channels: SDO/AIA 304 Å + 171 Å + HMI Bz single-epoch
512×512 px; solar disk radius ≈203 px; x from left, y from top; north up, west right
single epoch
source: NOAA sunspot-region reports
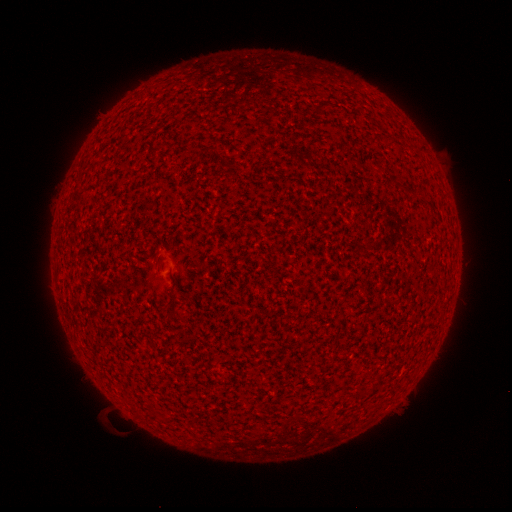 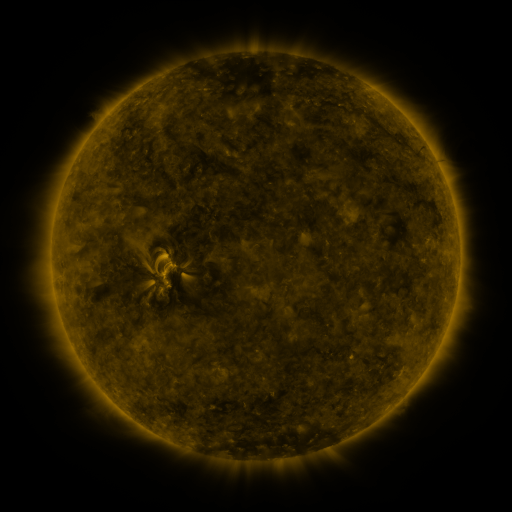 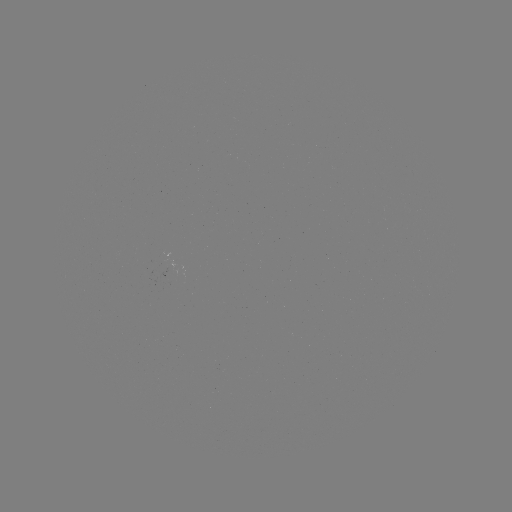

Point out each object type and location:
(none)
